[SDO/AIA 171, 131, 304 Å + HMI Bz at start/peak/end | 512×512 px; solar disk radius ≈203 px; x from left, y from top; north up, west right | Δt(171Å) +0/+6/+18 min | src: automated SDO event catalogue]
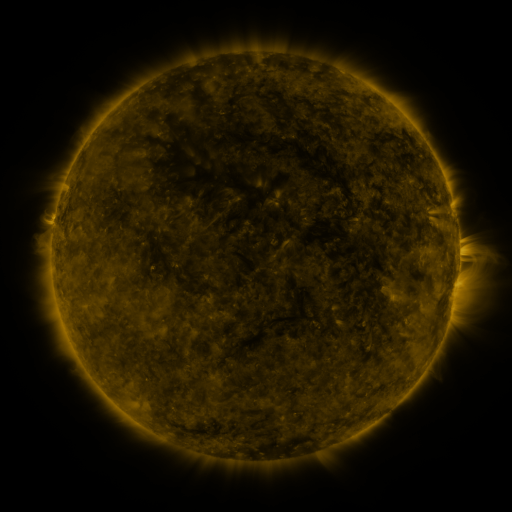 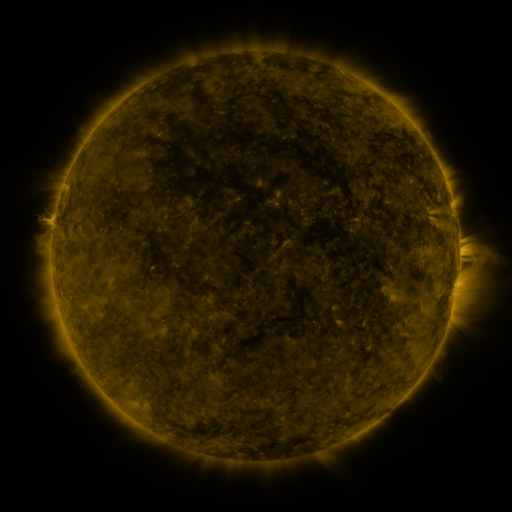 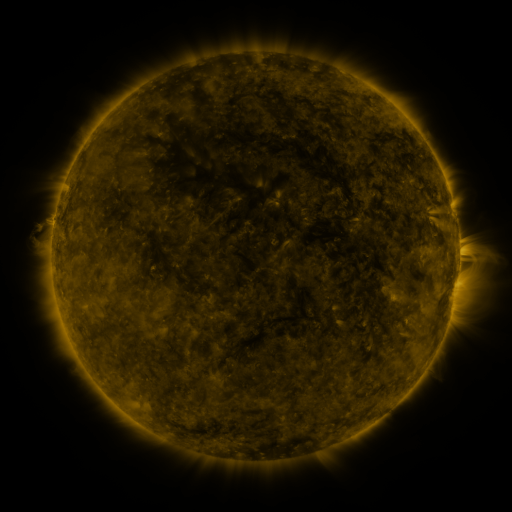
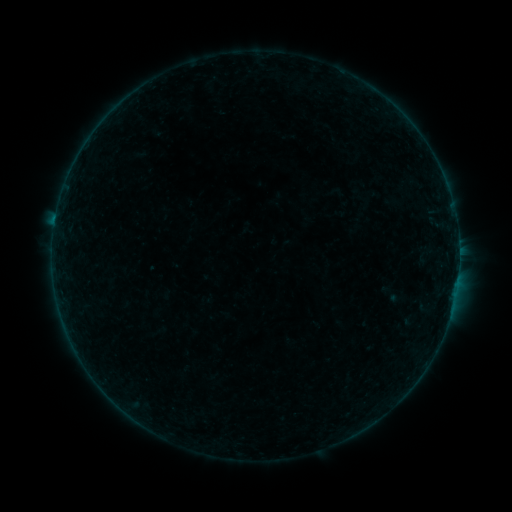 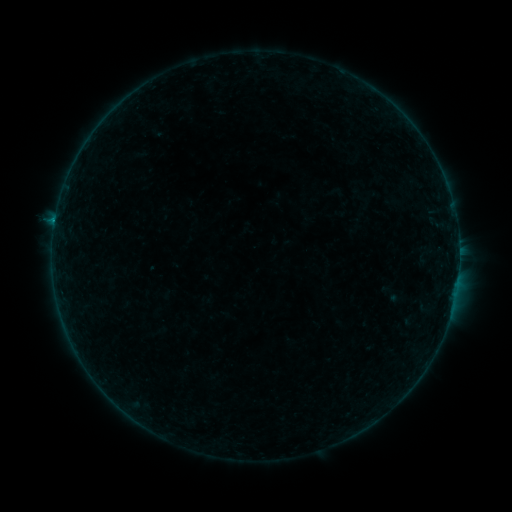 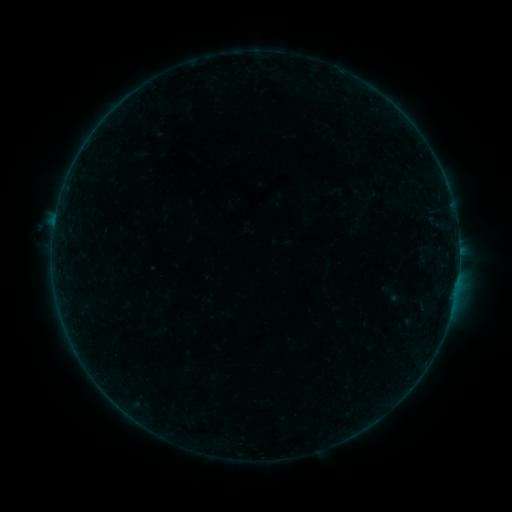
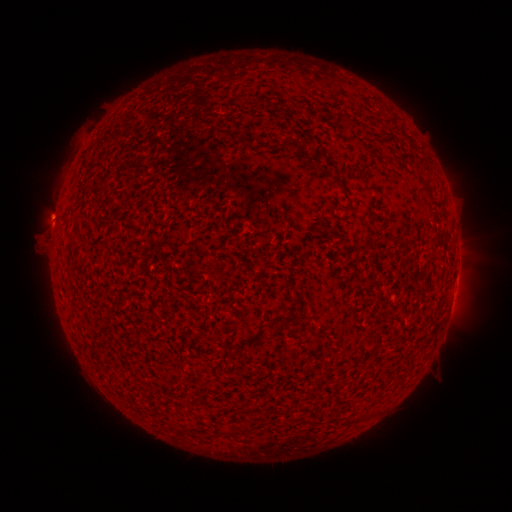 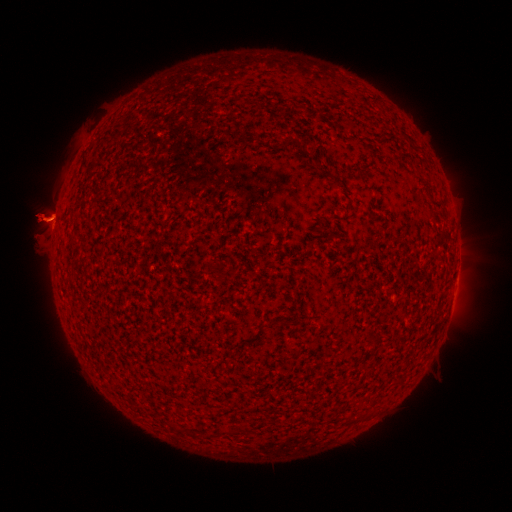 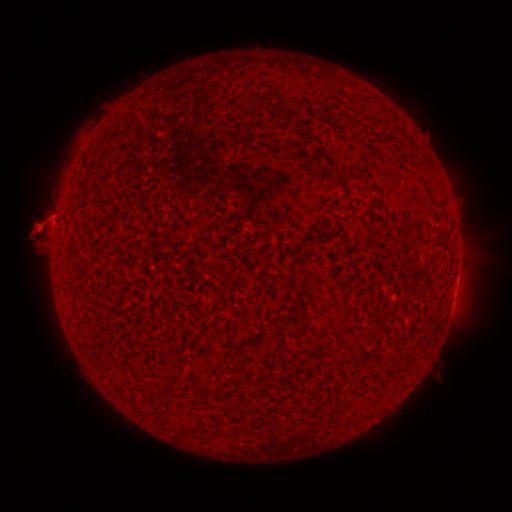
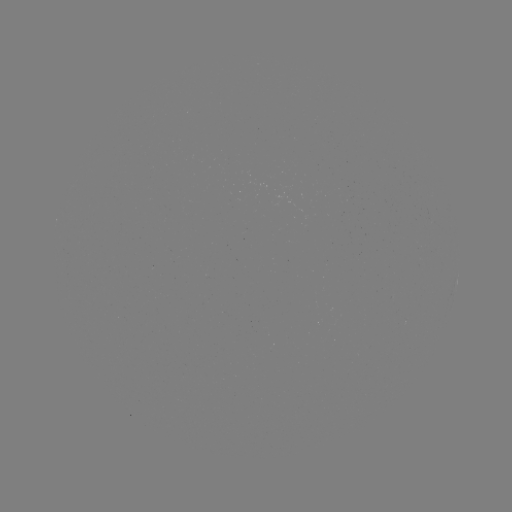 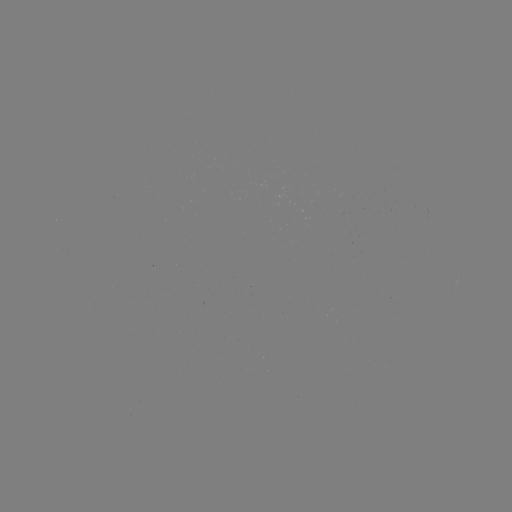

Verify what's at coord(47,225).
eruption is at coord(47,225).